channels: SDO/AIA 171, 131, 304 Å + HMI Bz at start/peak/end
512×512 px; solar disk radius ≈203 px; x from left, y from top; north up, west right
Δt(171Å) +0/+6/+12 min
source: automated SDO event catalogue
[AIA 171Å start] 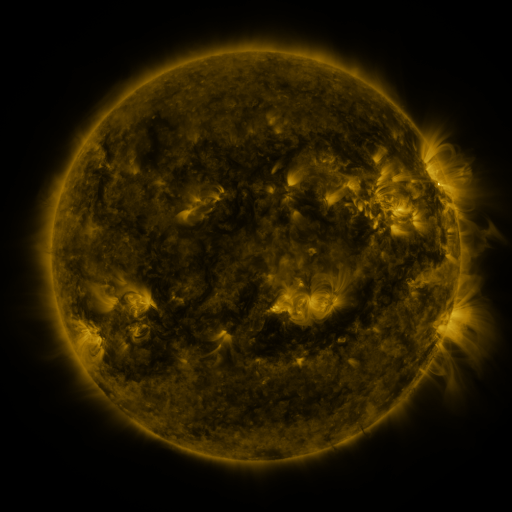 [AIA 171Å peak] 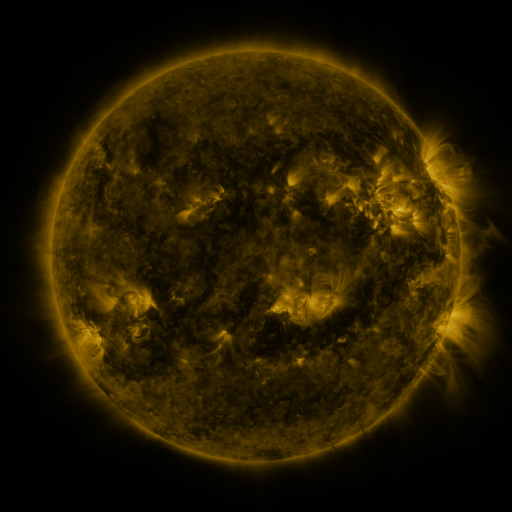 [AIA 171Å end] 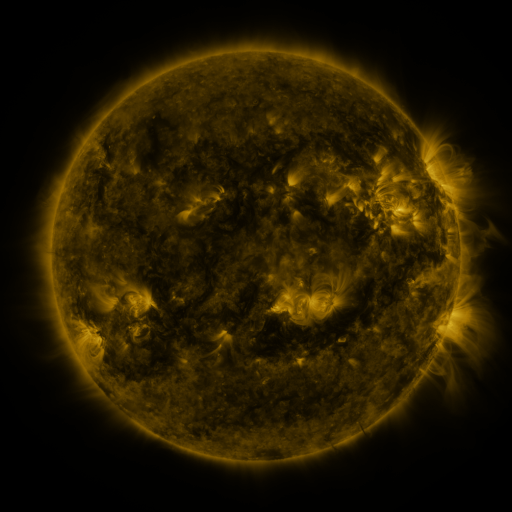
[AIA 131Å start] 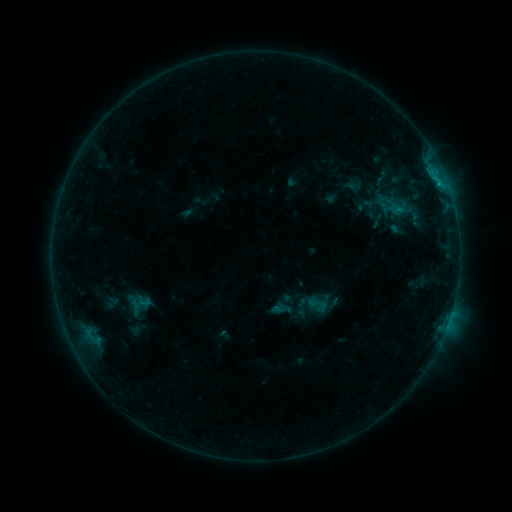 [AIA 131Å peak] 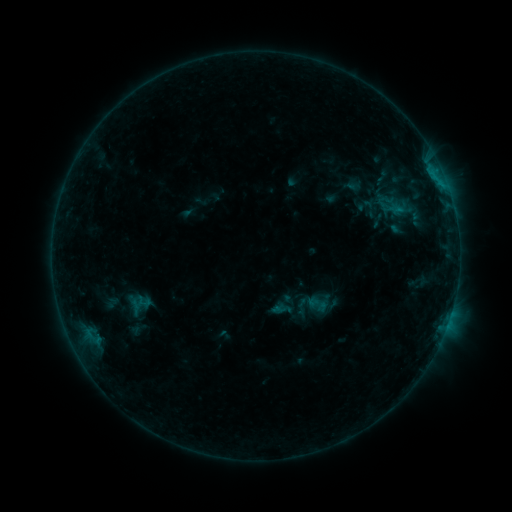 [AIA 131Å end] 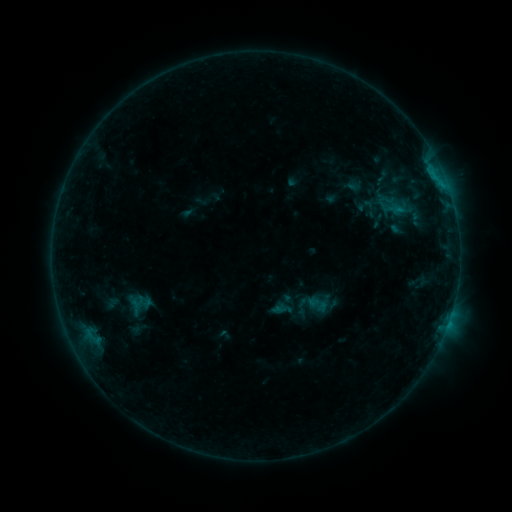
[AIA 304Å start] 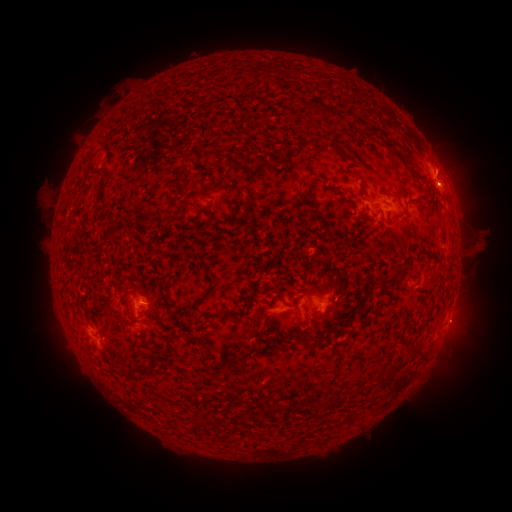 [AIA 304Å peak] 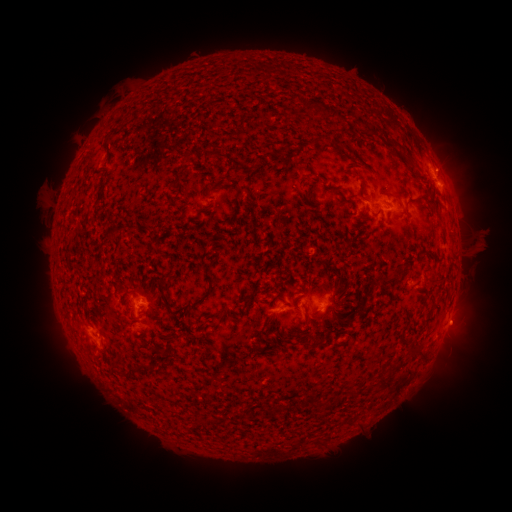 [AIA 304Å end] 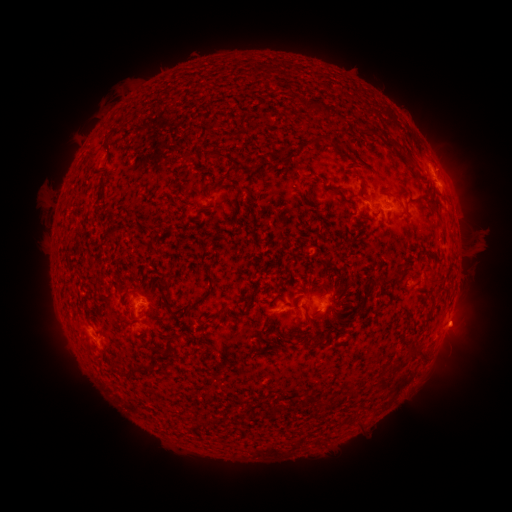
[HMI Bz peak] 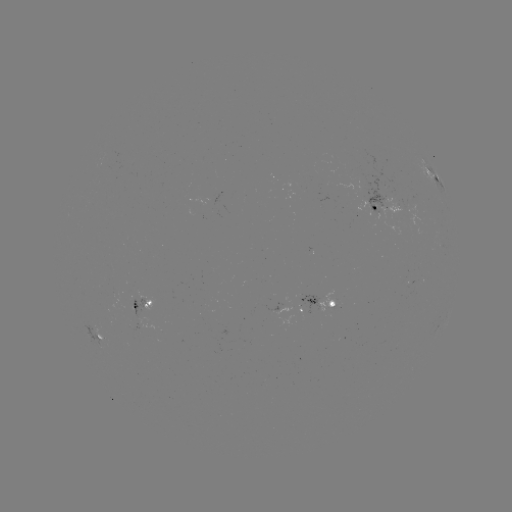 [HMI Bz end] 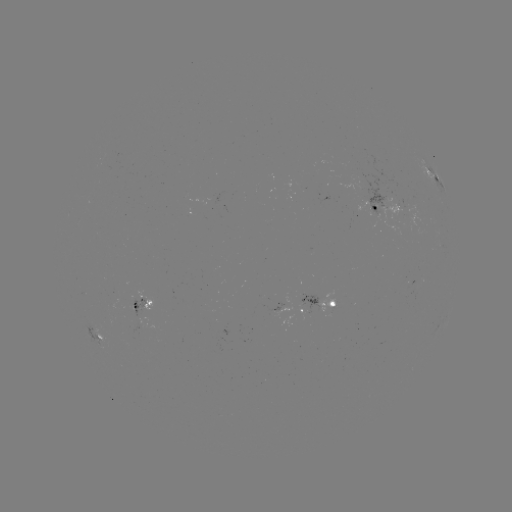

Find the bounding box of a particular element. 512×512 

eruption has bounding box [436, 304, 482, 347].